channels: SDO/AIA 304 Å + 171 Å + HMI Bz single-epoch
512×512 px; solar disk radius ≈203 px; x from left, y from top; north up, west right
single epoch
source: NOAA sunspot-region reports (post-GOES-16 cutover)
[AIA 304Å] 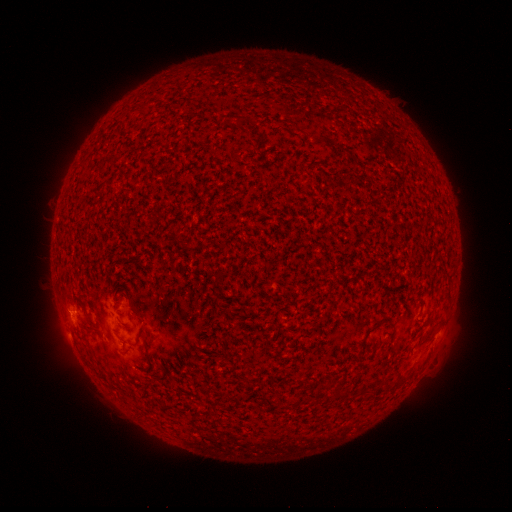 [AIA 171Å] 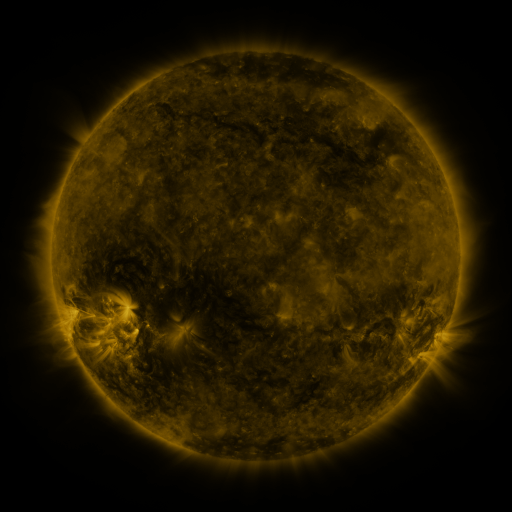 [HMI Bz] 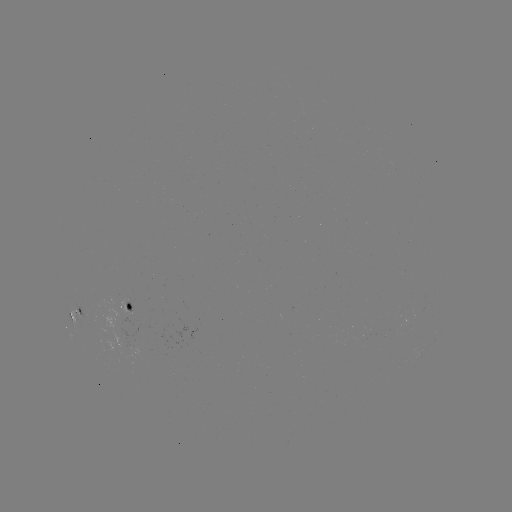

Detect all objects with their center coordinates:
spotted active region: (130, 306)
spotted active region: (76, 312)
